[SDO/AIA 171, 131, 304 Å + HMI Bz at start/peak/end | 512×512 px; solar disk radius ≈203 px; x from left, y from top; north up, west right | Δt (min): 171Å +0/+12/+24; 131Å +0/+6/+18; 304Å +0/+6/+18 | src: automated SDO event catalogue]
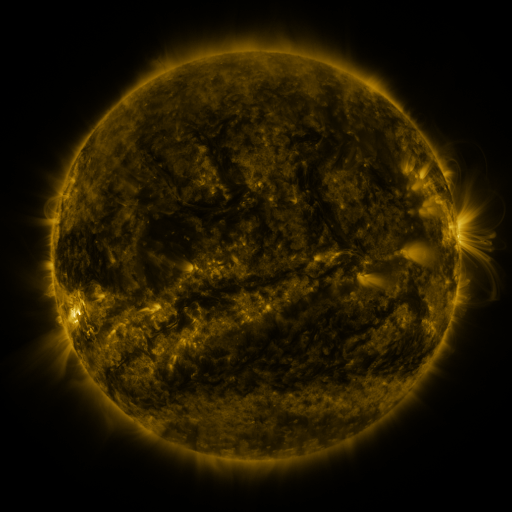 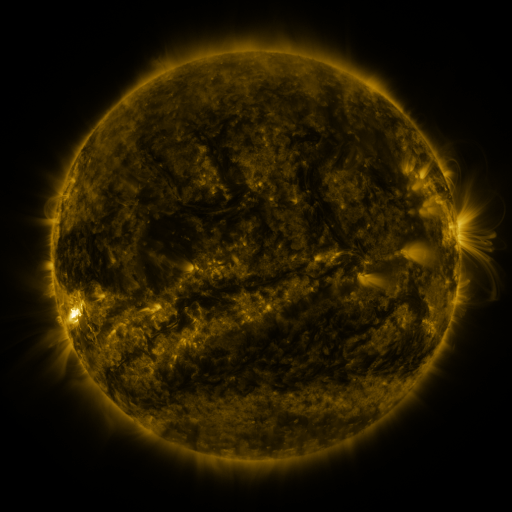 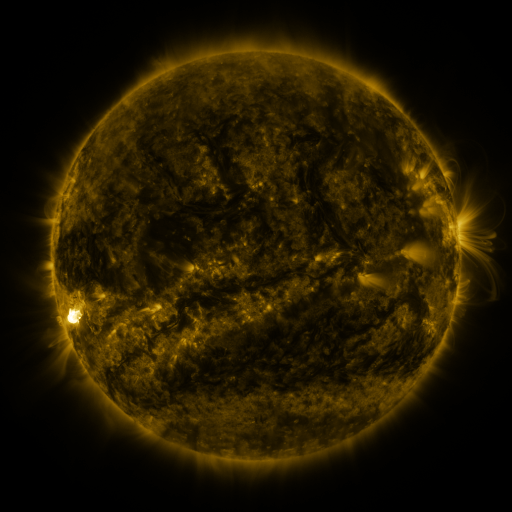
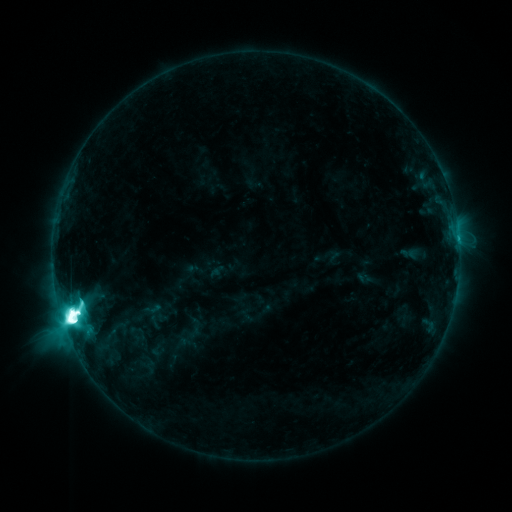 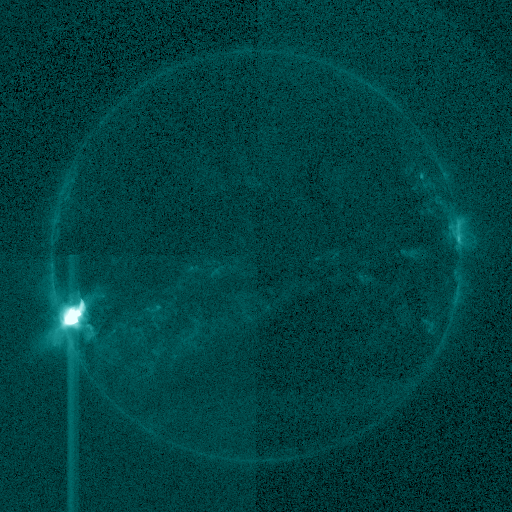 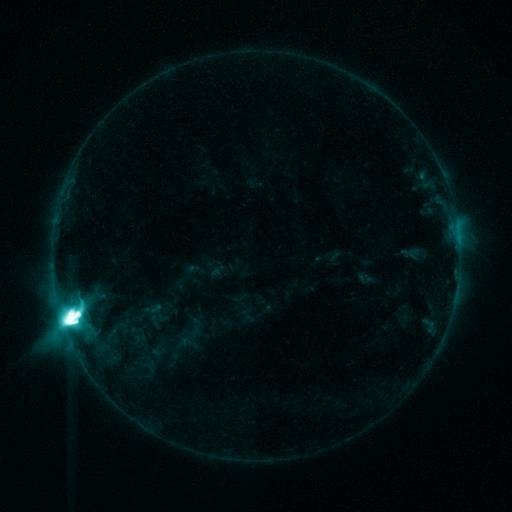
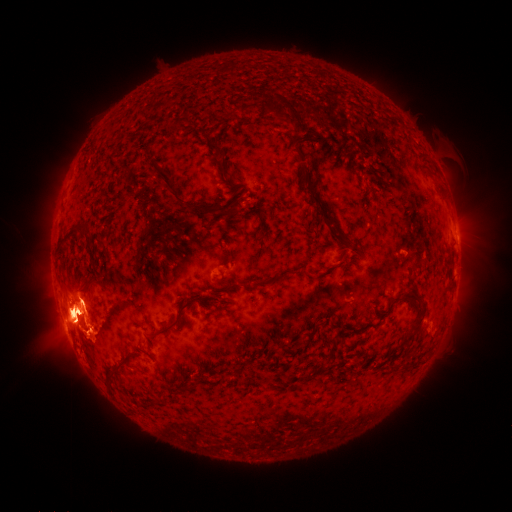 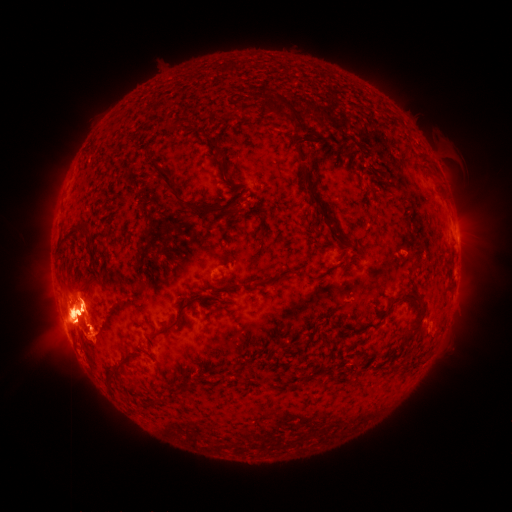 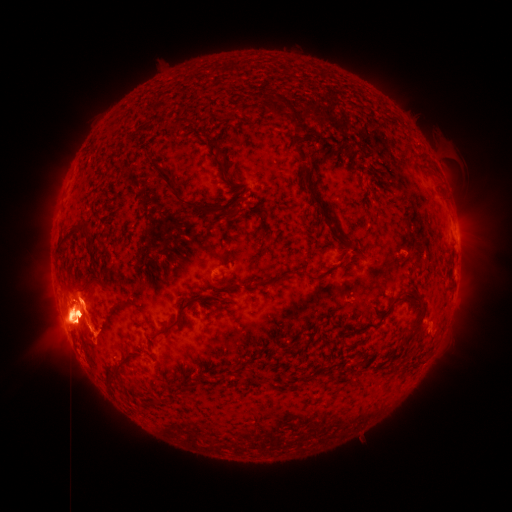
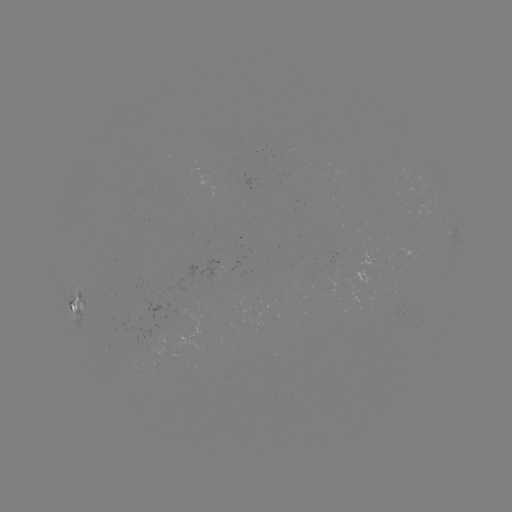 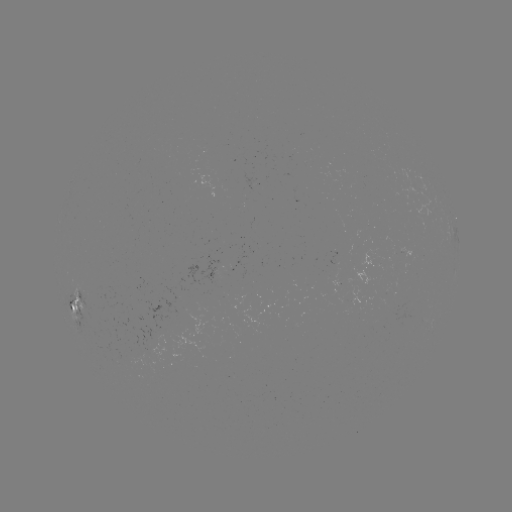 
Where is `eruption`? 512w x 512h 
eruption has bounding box [67, 274, 117, 329].